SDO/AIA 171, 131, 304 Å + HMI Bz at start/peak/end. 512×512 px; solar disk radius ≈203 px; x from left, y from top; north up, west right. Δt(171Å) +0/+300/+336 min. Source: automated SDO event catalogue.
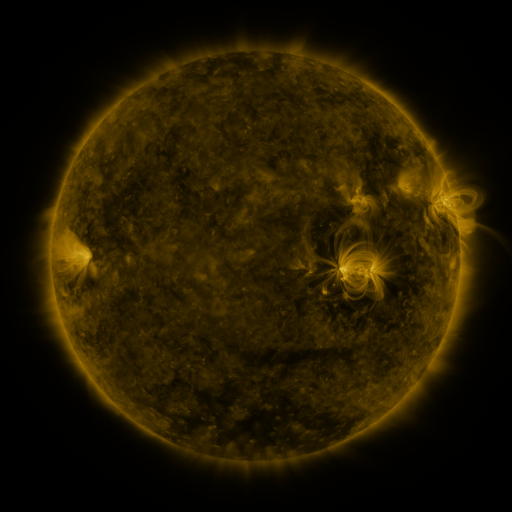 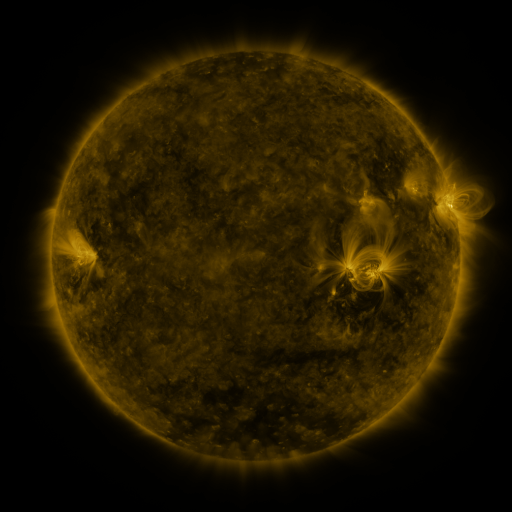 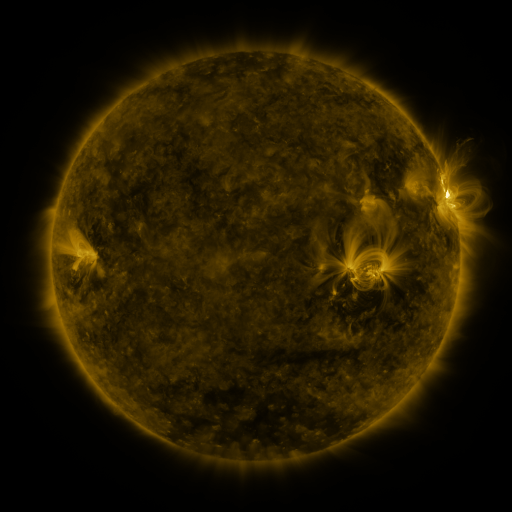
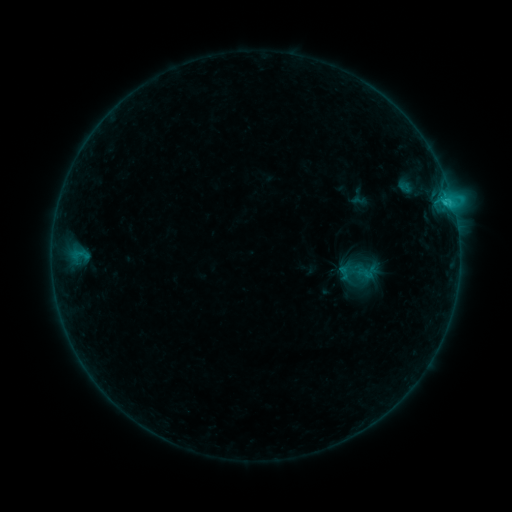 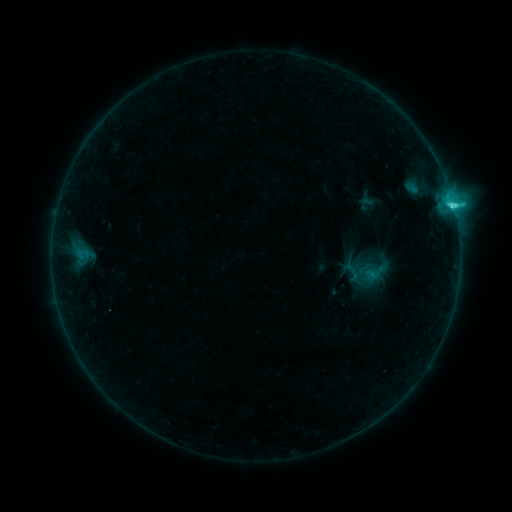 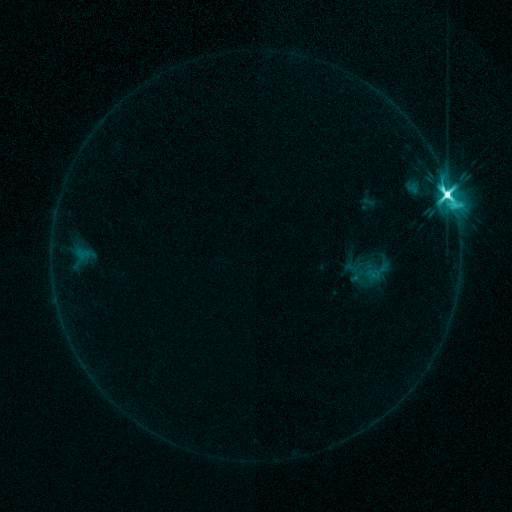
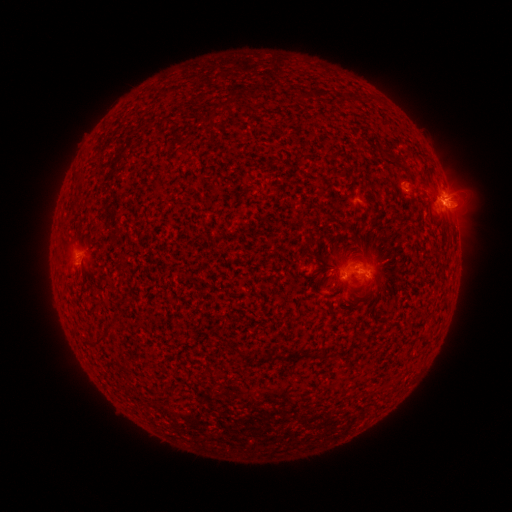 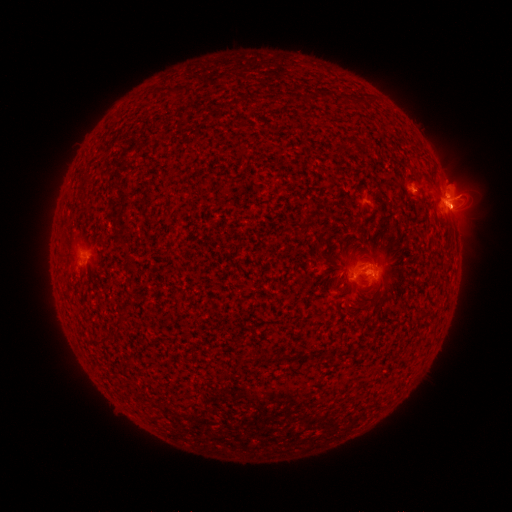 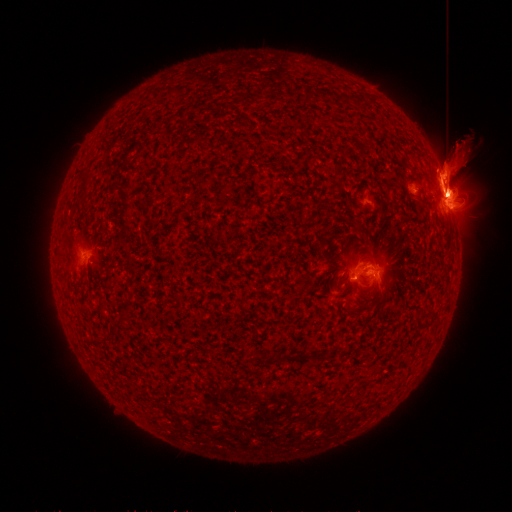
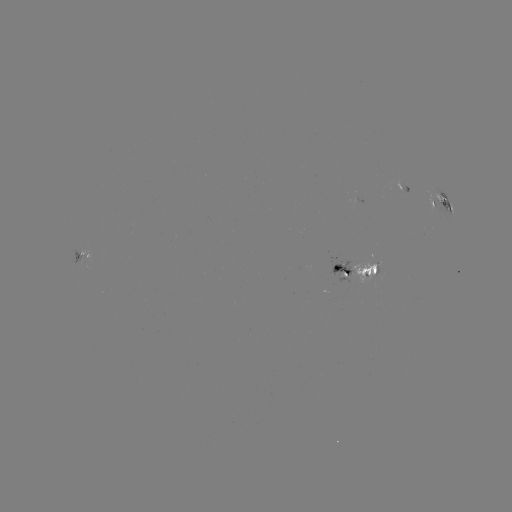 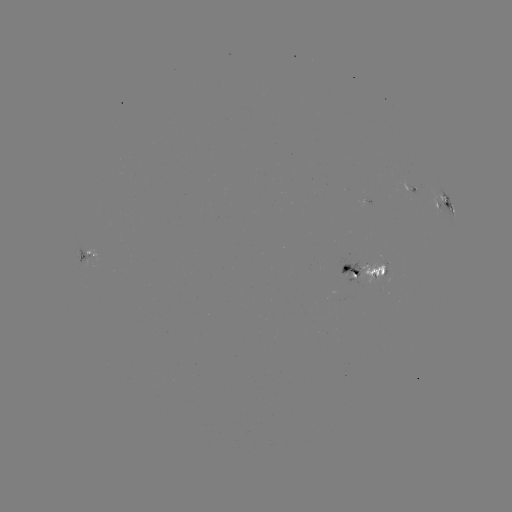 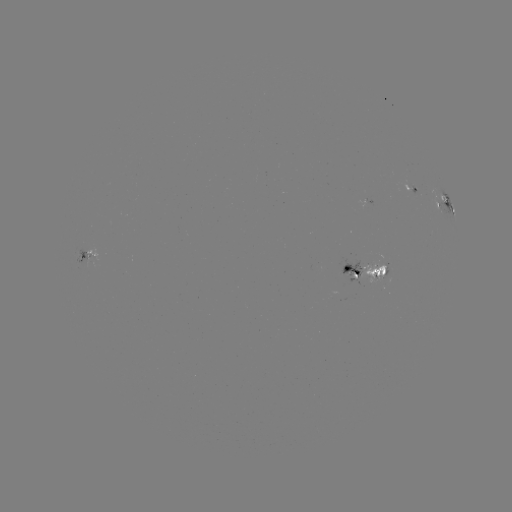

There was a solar emerging-flux region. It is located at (372, 278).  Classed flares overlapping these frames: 7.